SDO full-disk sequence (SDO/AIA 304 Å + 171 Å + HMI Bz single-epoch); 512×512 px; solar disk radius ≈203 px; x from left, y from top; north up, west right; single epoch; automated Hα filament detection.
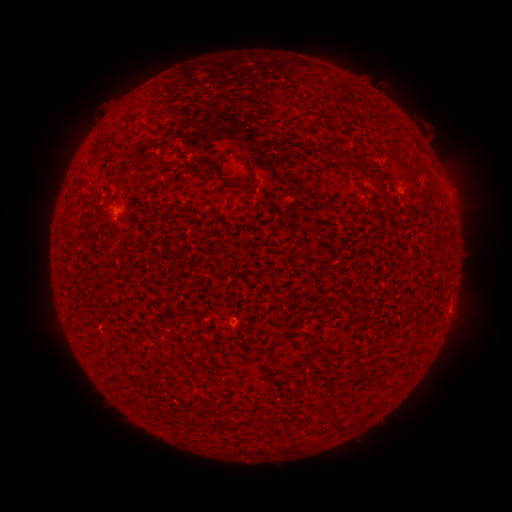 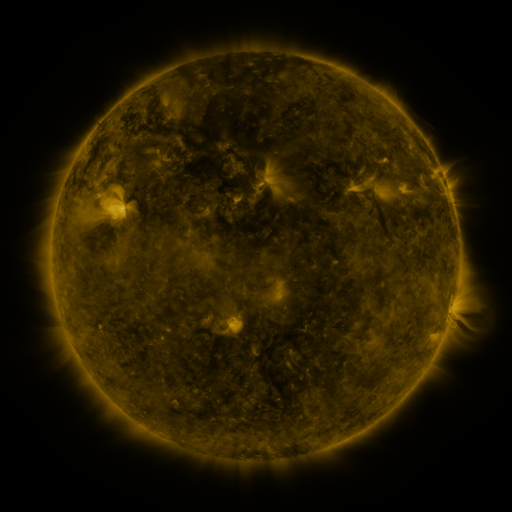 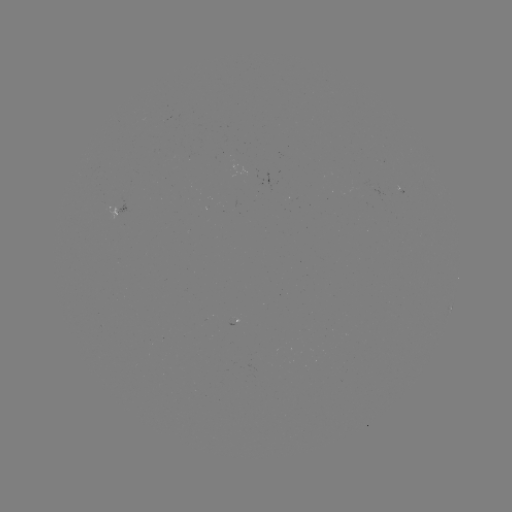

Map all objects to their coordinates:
filament: (96, 135, 104, 147)
filament: (217, 149, 231, 164)
filament: (240, 153, 255, 183)
filament: (397, 168, 416, 177)
filament: (181, 371, 193, 381)
filament: (267, 385, 275, 397)
filament: (219, 413, 230, 427)
